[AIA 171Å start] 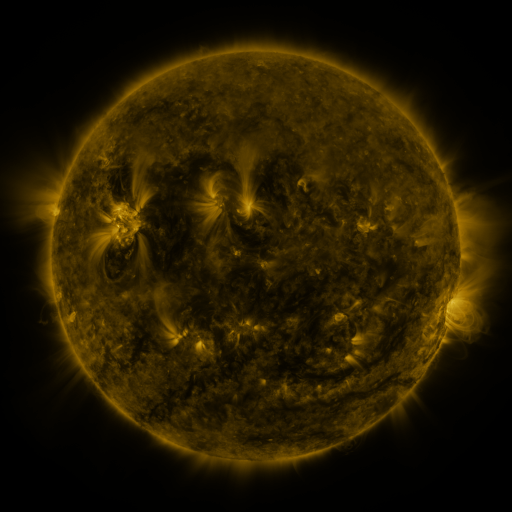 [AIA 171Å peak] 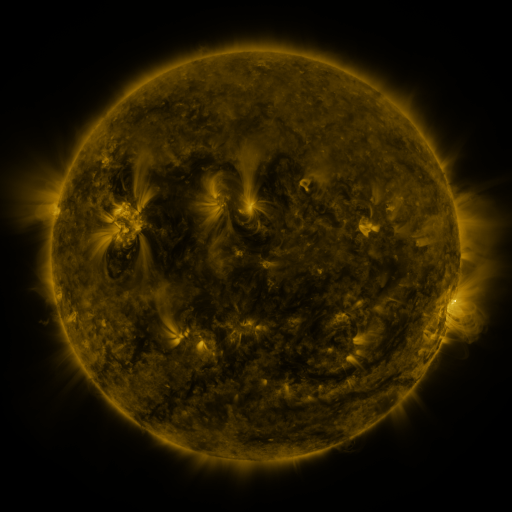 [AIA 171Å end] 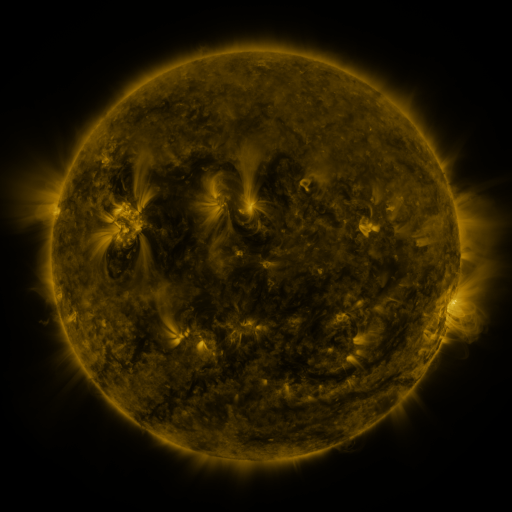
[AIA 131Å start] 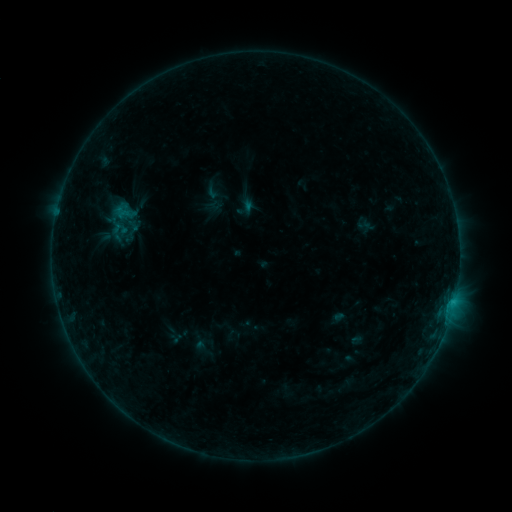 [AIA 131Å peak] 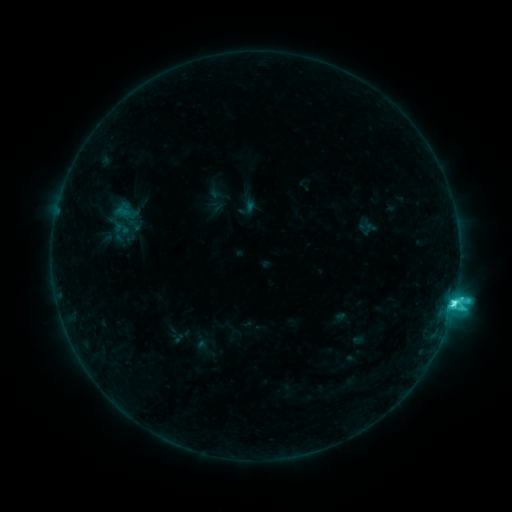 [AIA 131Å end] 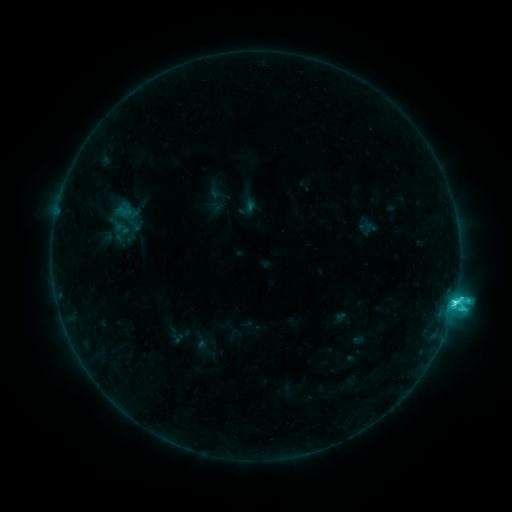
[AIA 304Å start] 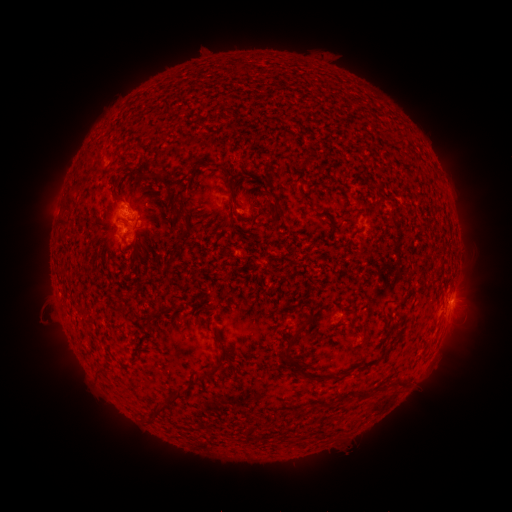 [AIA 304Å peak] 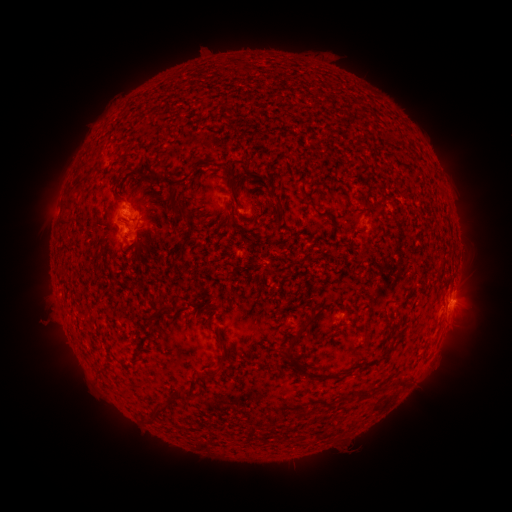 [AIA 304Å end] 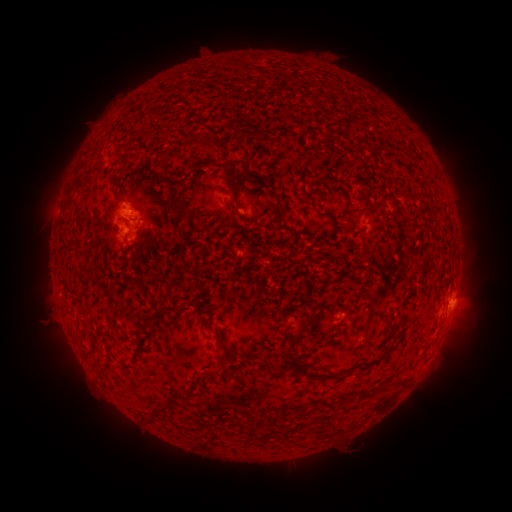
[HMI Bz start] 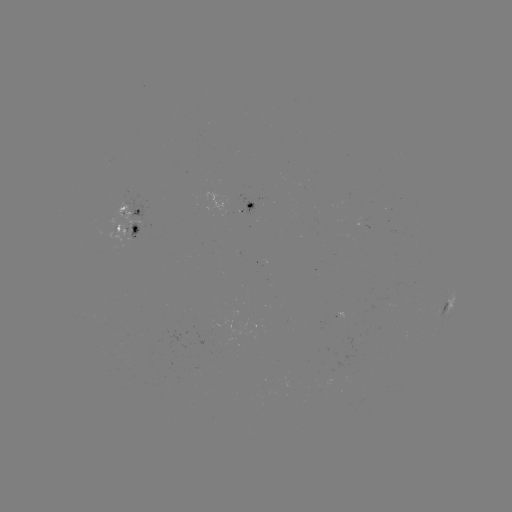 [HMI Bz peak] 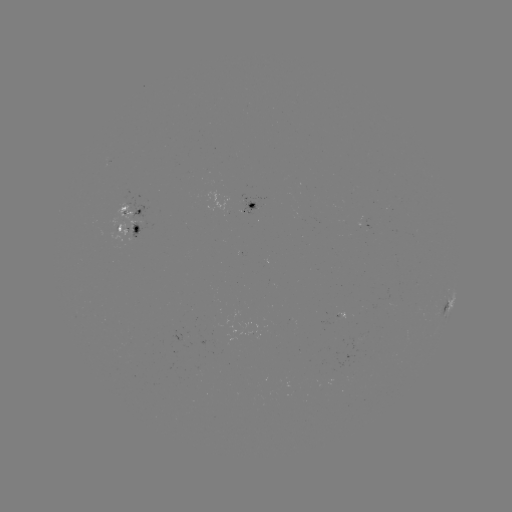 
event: flare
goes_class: C5.4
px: (453, 301)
